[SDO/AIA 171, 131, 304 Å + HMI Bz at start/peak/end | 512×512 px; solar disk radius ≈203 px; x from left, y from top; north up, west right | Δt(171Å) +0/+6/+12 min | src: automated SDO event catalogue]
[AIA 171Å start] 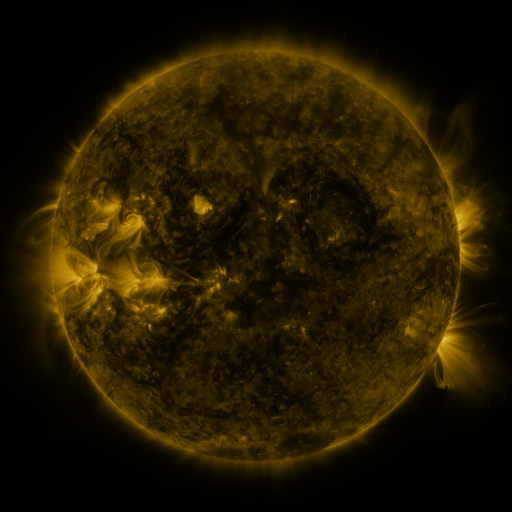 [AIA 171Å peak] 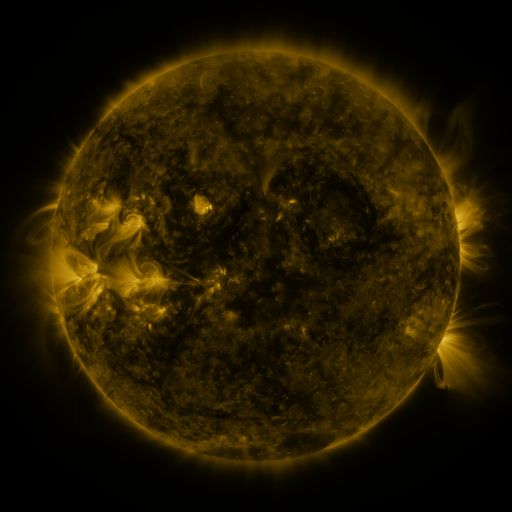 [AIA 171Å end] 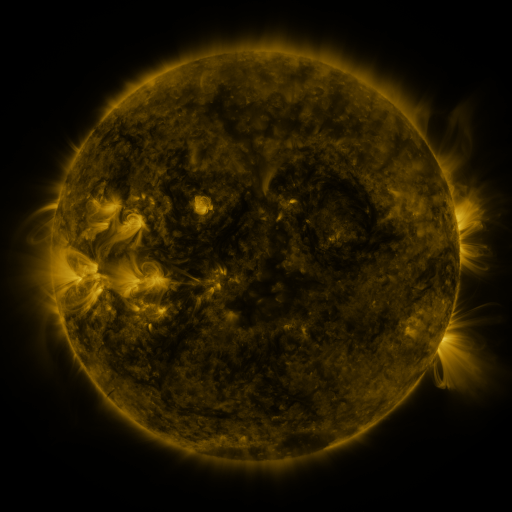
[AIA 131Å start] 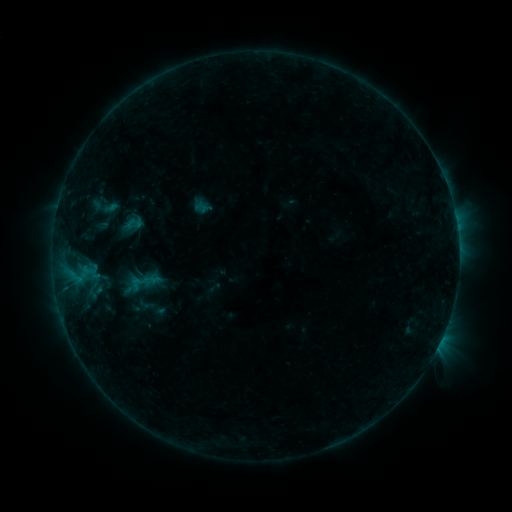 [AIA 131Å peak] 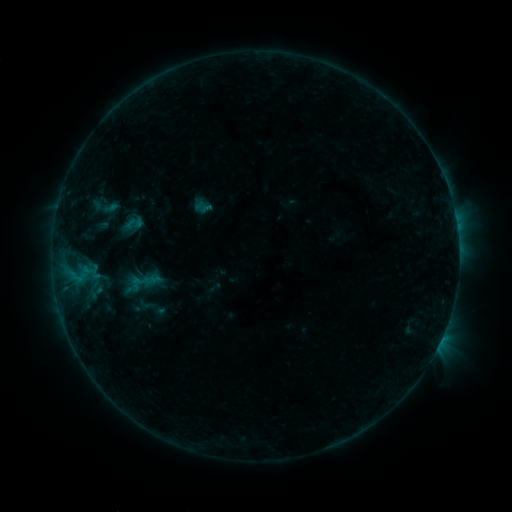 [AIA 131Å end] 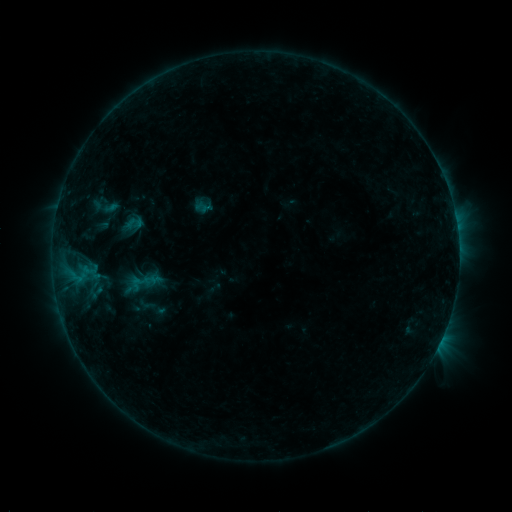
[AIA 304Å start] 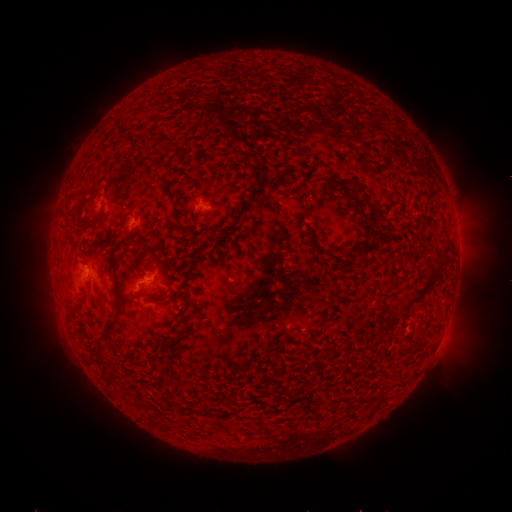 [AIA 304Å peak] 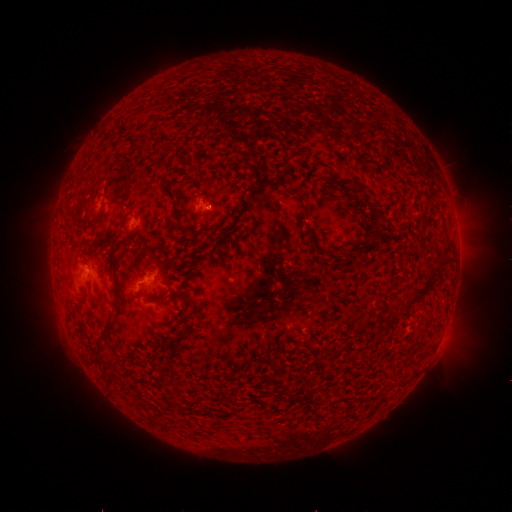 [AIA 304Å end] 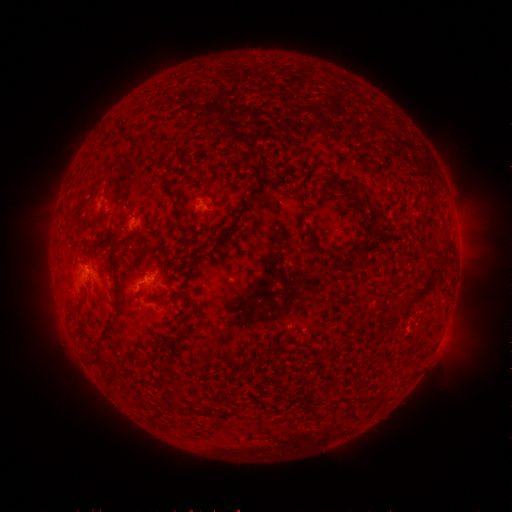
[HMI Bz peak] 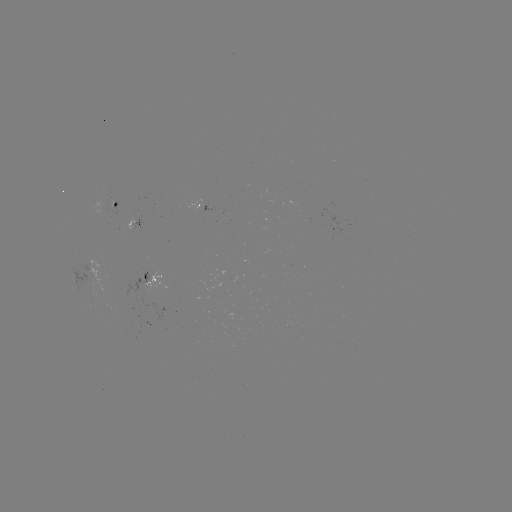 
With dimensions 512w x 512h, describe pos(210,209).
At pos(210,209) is B4.1 flare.